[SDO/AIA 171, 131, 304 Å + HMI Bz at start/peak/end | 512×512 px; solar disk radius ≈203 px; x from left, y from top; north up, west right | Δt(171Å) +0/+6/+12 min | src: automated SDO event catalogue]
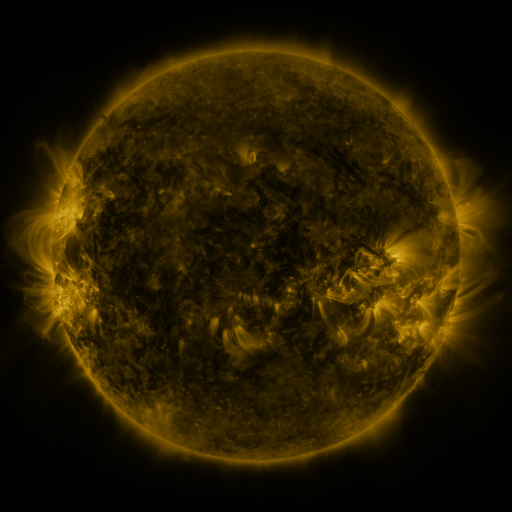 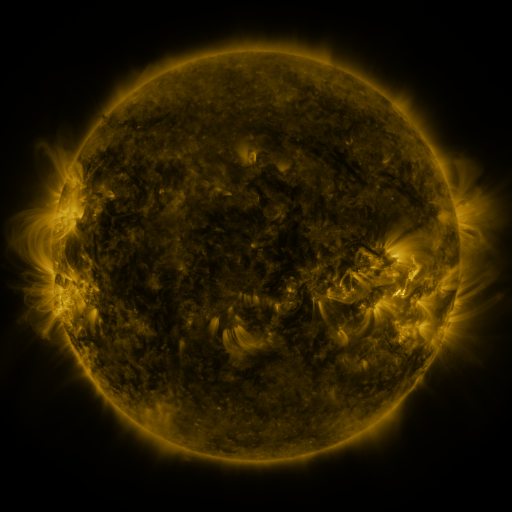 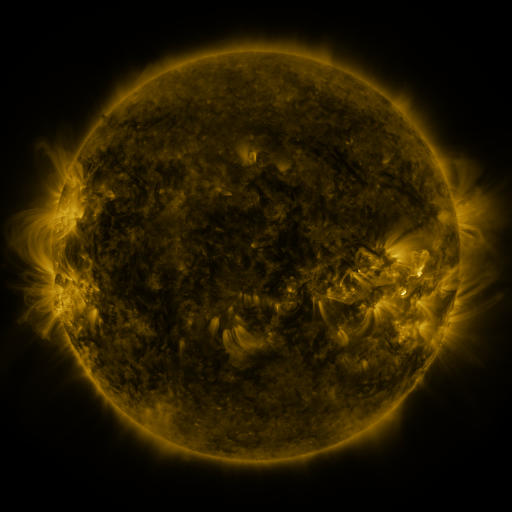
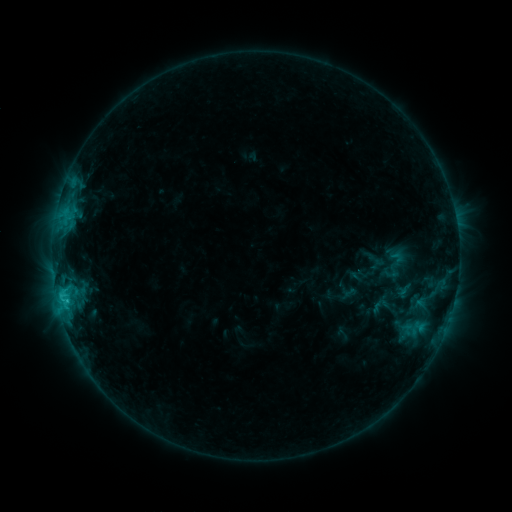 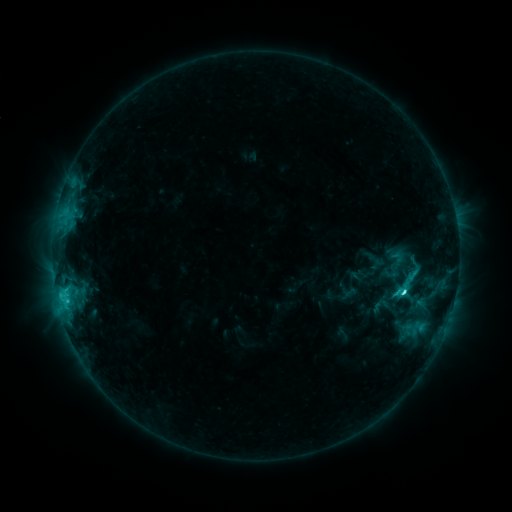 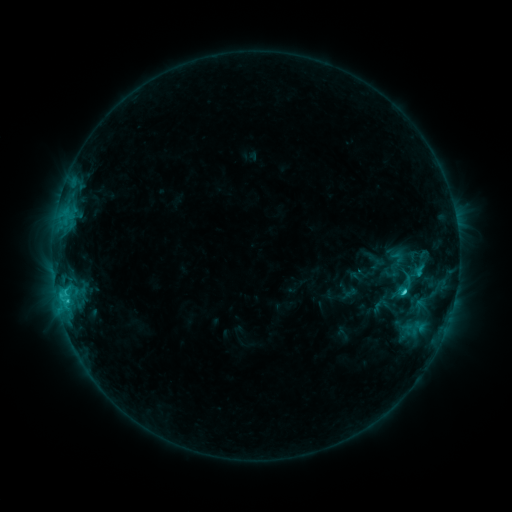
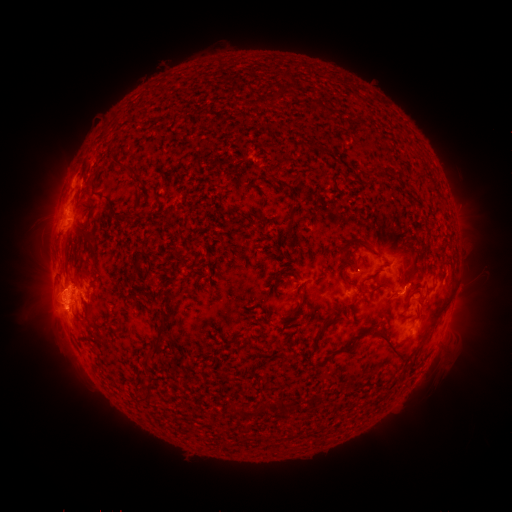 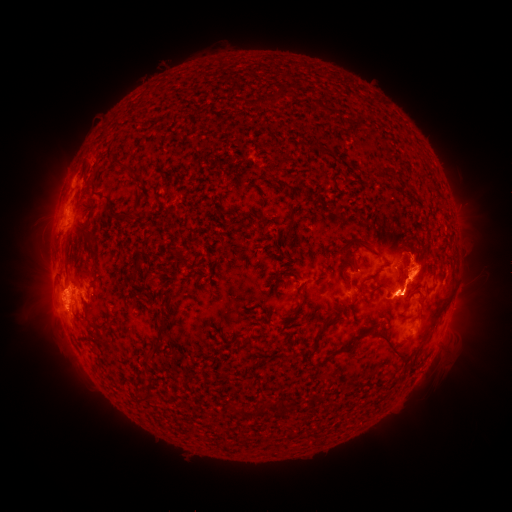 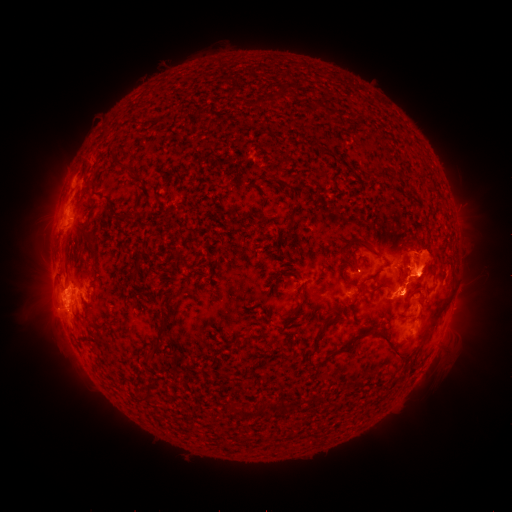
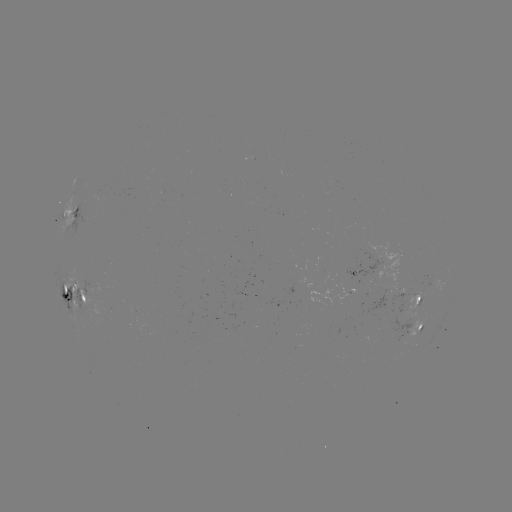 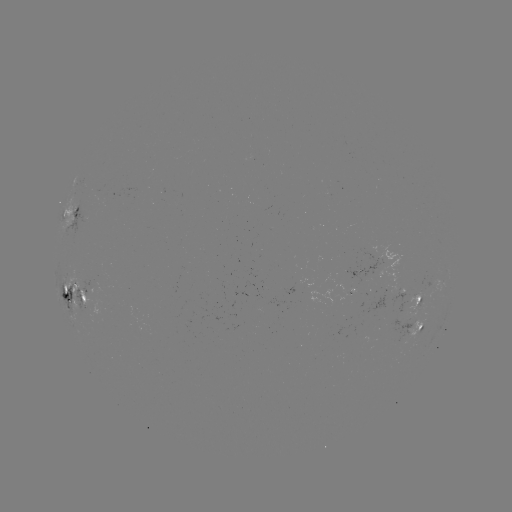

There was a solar eruption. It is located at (414, 379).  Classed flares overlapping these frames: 1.